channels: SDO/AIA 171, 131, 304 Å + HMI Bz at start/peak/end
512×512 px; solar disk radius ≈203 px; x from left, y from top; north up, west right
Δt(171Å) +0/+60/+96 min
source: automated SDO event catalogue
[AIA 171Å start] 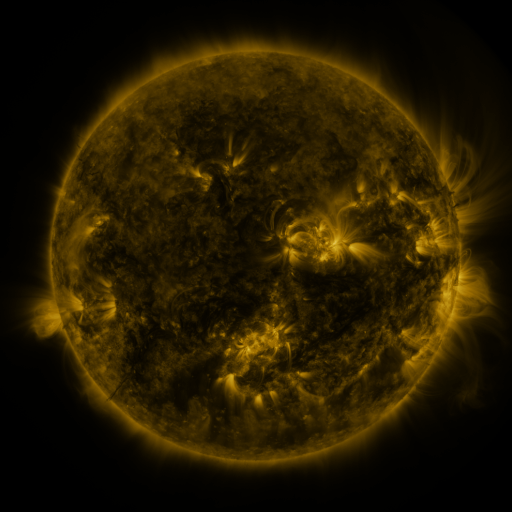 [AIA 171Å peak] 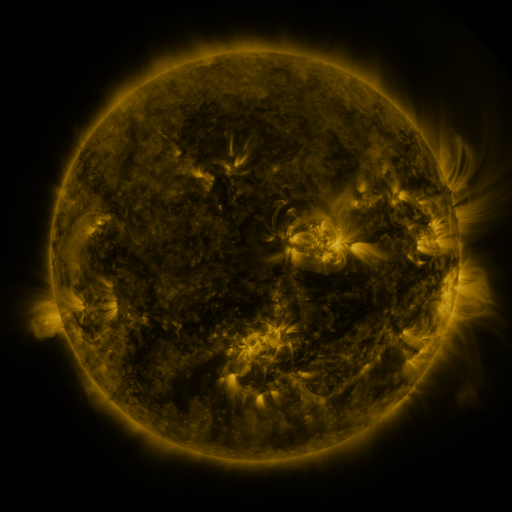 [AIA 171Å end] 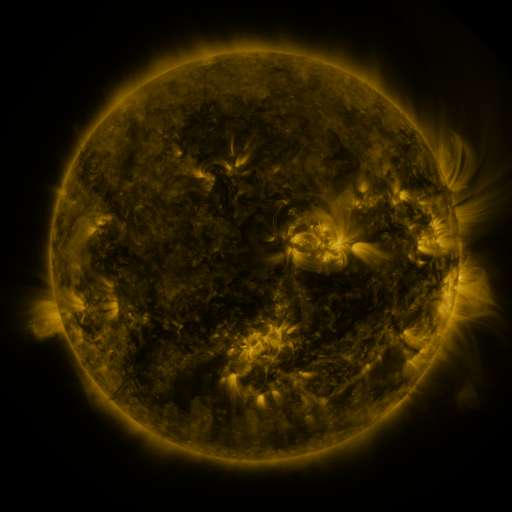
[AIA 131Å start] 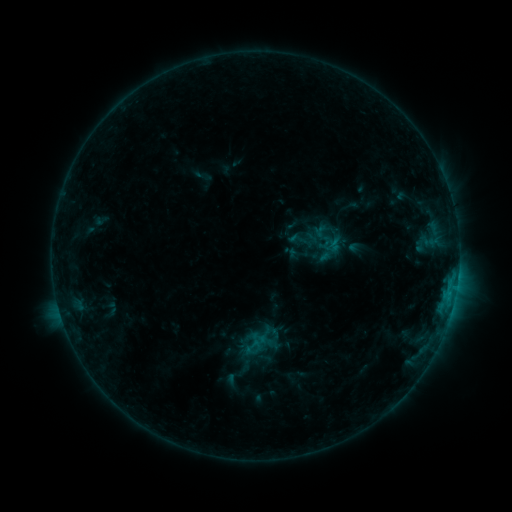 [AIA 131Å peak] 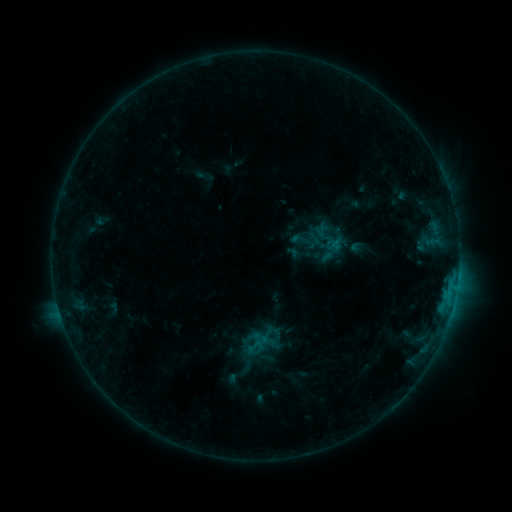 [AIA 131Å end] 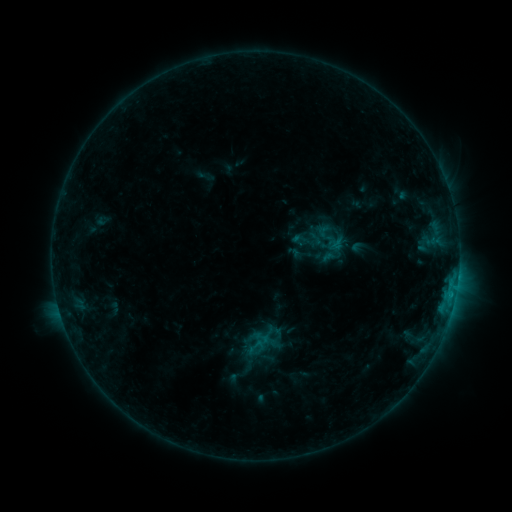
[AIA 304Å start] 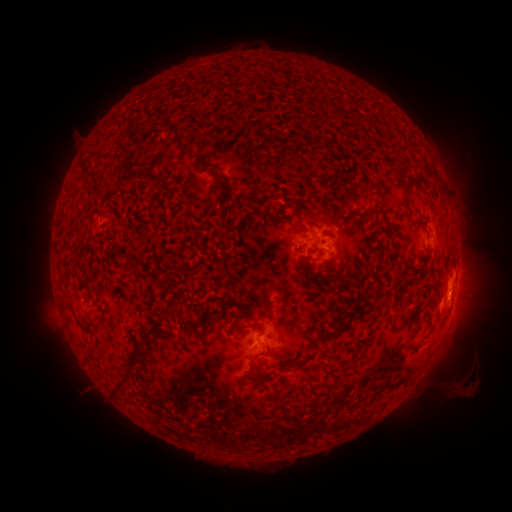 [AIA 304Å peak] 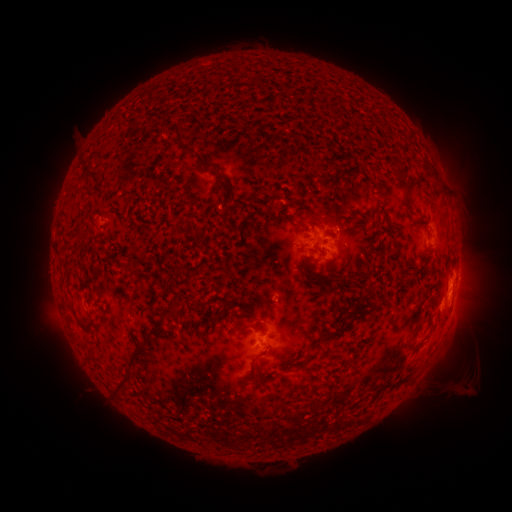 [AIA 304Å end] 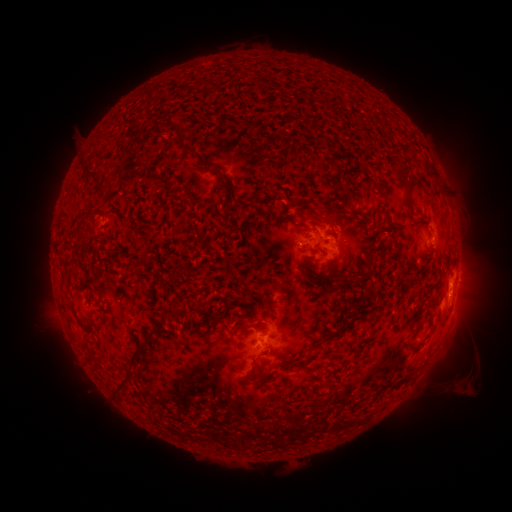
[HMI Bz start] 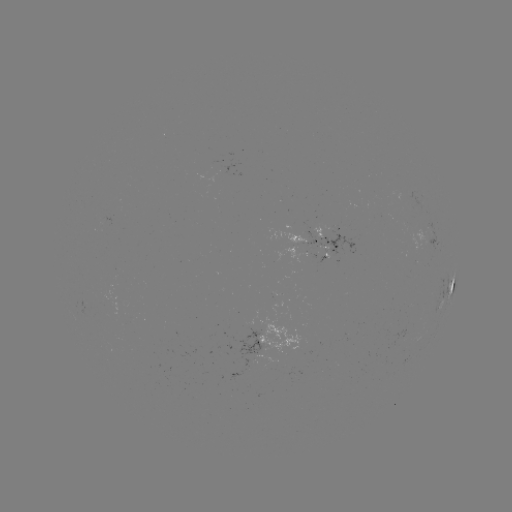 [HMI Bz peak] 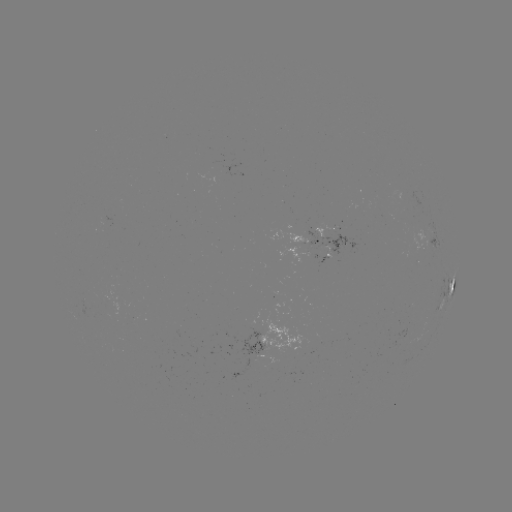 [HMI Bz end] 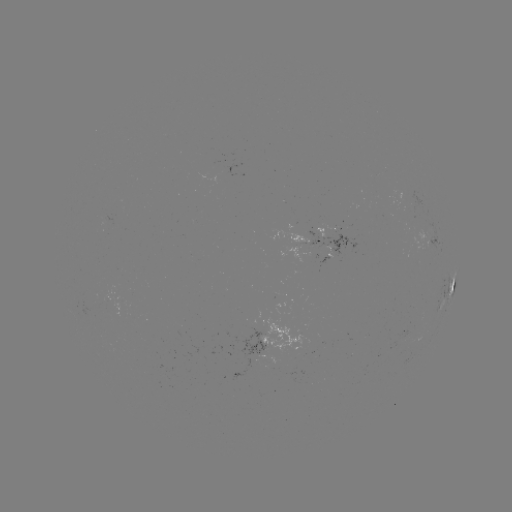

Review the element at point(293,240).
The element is emerging-flux region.